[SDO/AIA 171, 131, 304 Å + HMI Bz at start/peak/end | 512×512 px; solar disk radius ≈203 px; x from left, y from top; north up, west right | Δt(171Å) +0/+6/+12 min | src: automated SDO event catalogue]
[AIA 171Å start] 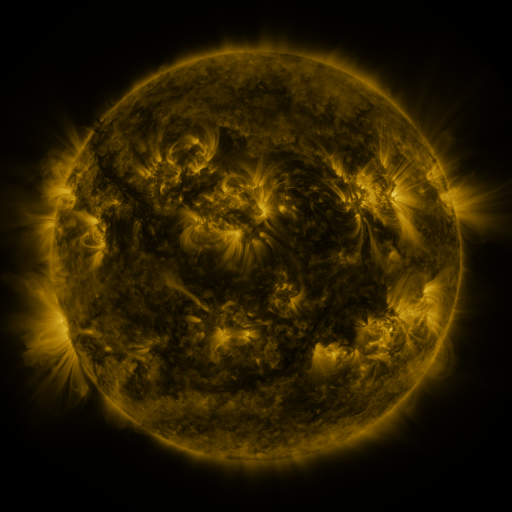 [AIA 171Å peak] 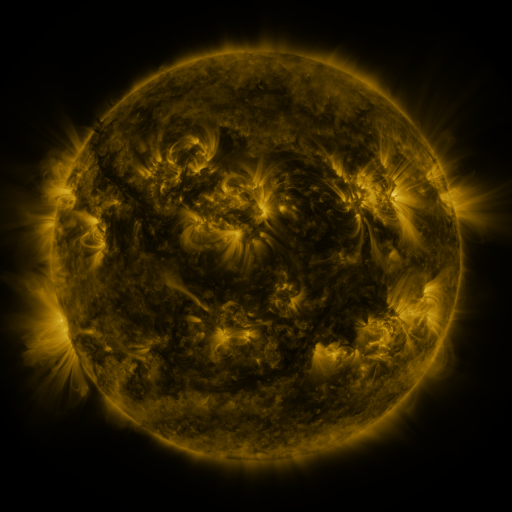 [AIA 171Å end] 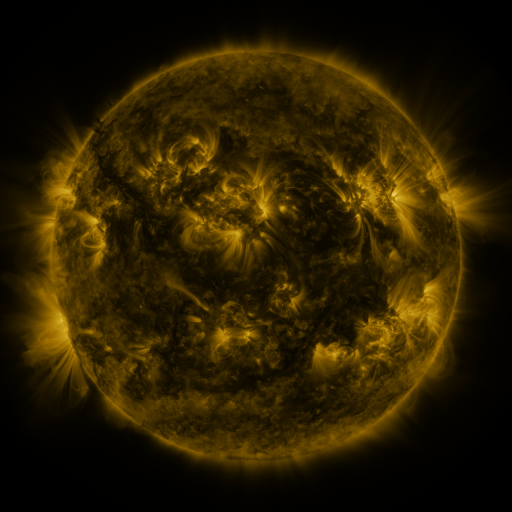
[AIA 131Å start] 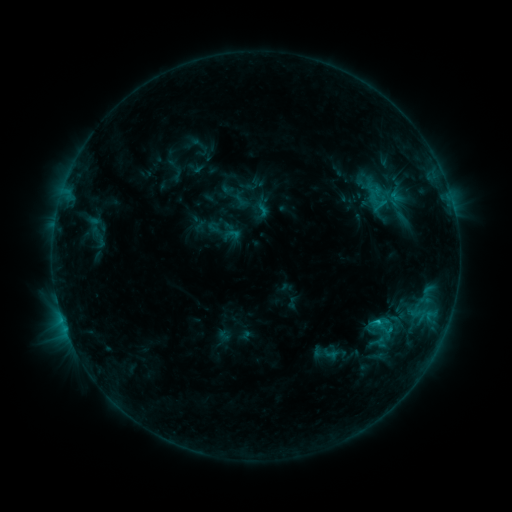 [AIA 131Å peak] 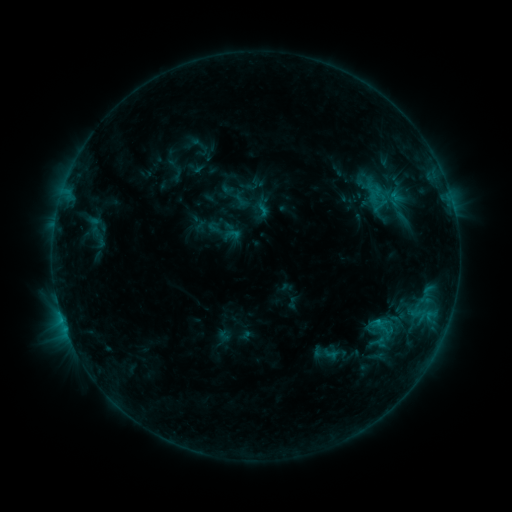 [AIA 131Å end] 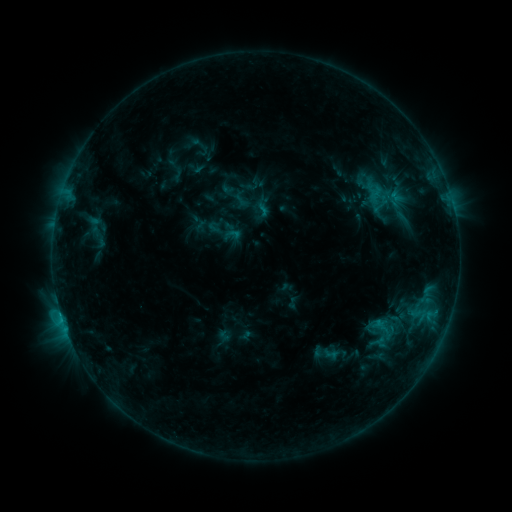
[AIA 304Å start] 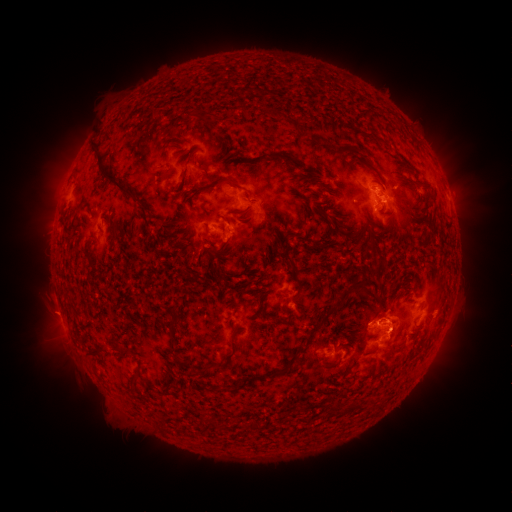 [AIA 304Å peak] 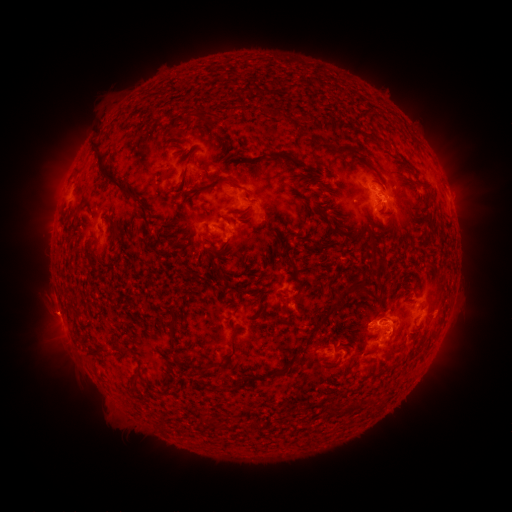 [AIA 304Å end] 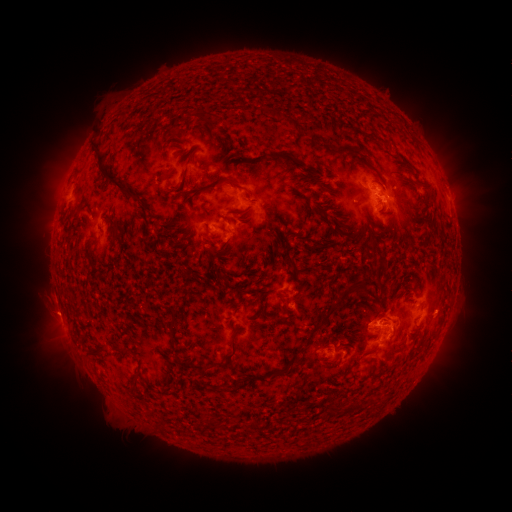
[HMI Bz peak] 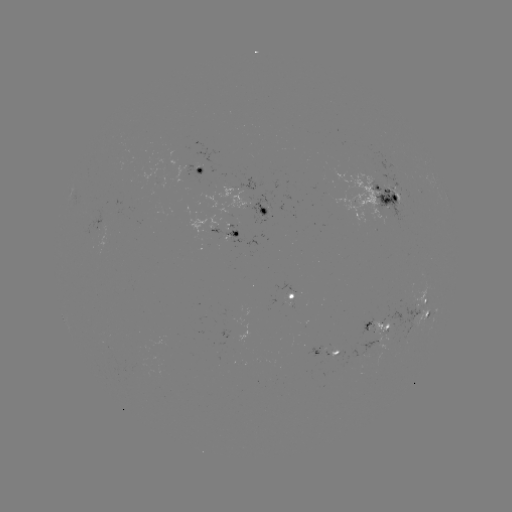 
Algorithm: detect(eruption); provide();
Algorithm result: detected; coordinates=[56, 320]